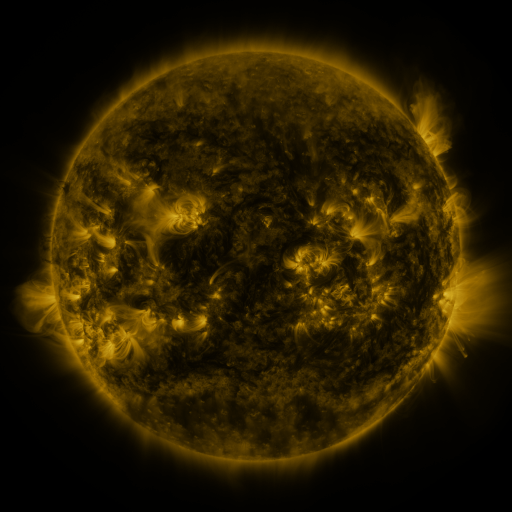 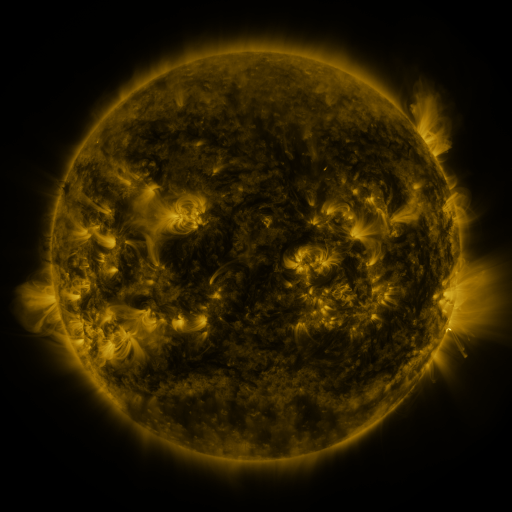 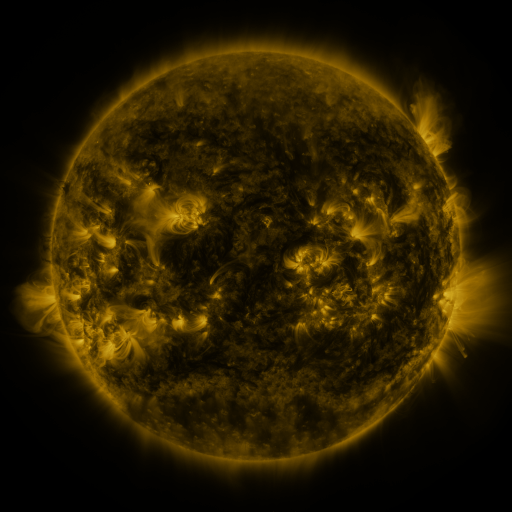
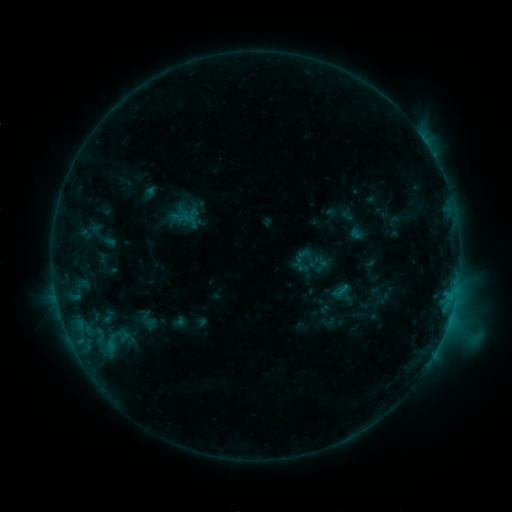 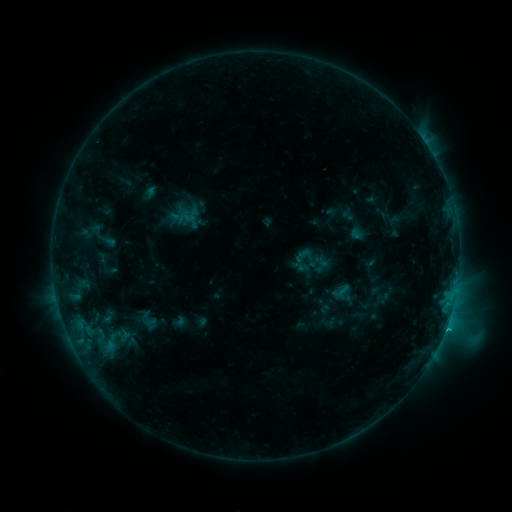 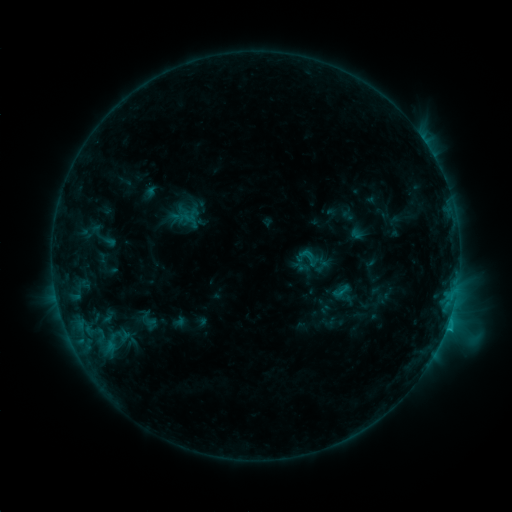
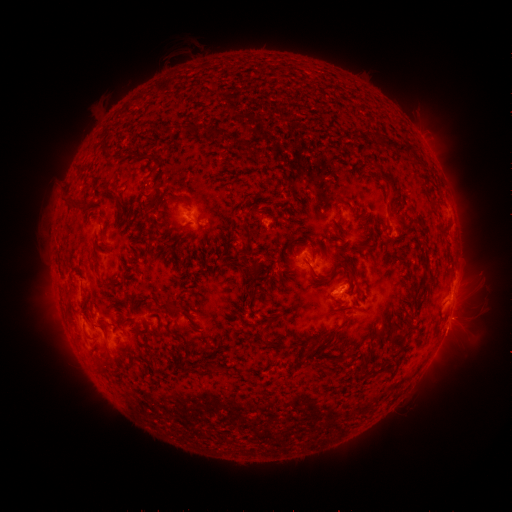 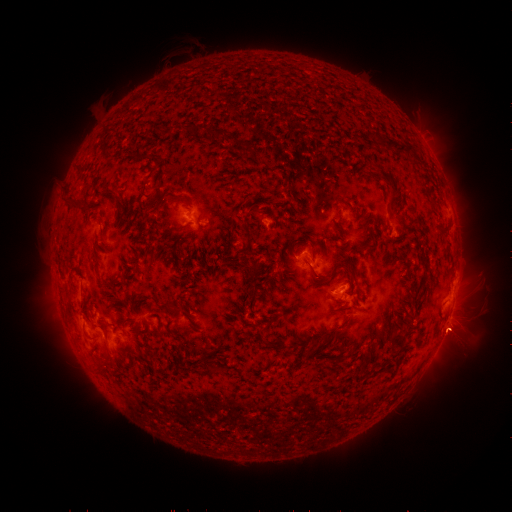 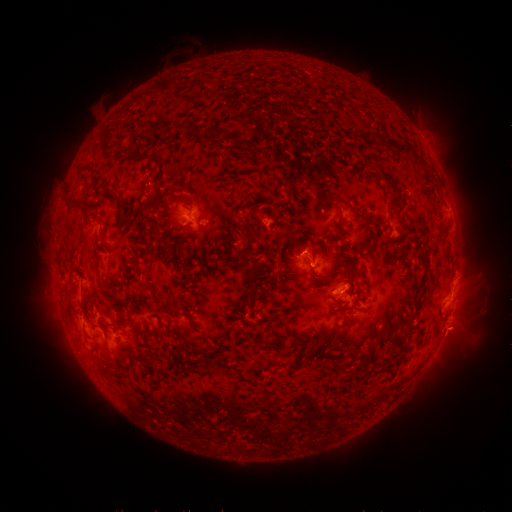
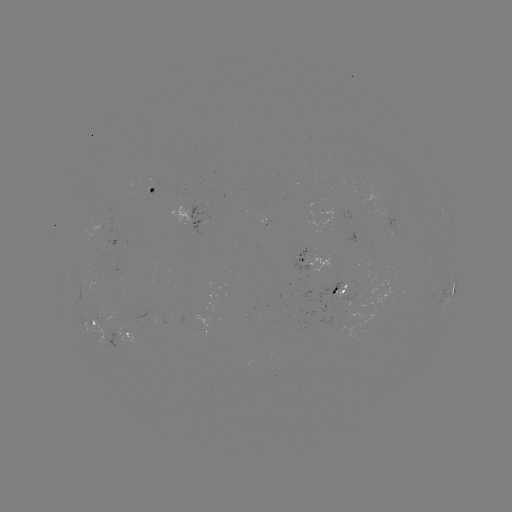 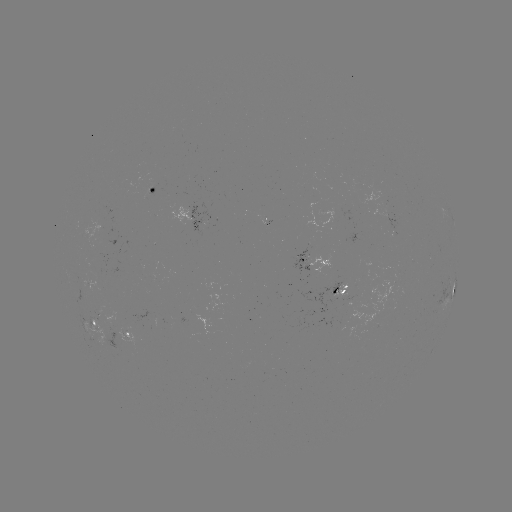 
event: eruption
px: (457, 332)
